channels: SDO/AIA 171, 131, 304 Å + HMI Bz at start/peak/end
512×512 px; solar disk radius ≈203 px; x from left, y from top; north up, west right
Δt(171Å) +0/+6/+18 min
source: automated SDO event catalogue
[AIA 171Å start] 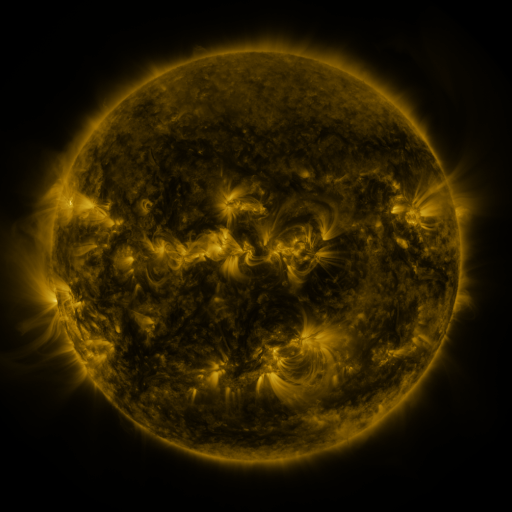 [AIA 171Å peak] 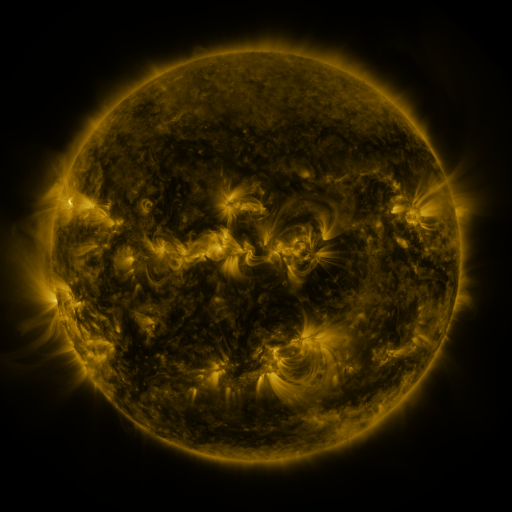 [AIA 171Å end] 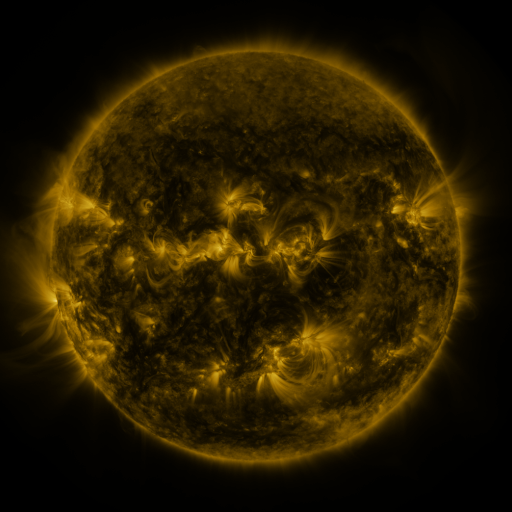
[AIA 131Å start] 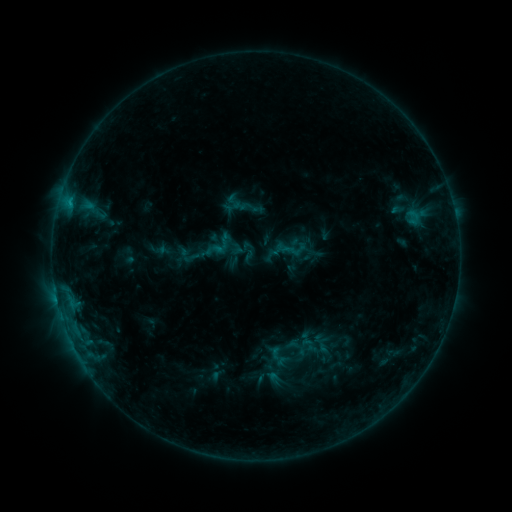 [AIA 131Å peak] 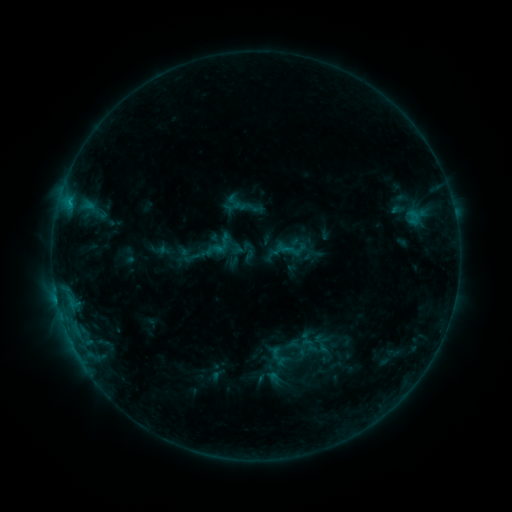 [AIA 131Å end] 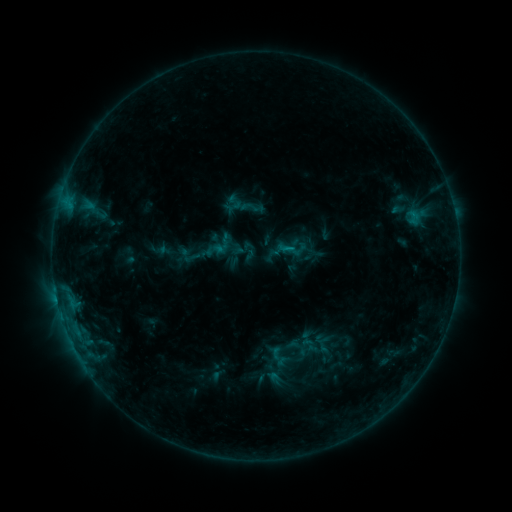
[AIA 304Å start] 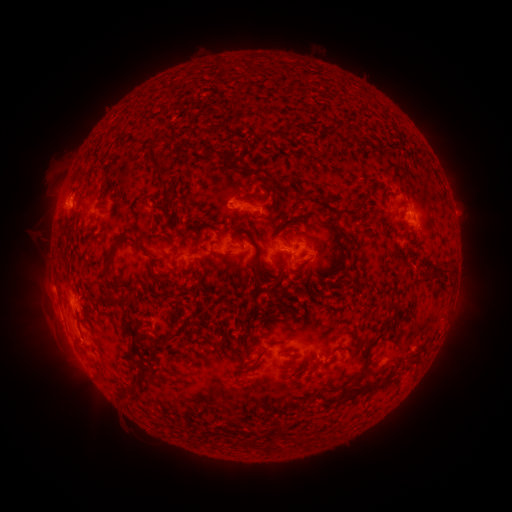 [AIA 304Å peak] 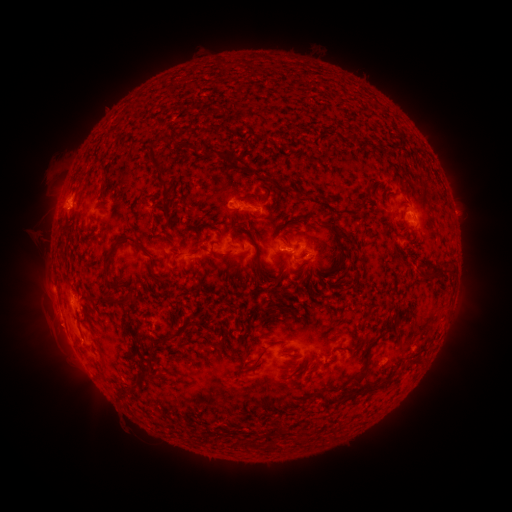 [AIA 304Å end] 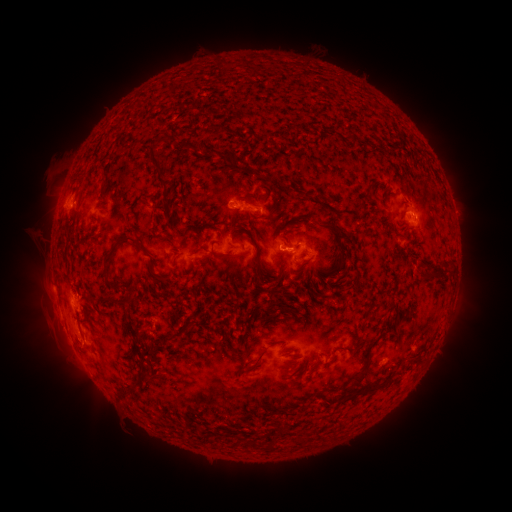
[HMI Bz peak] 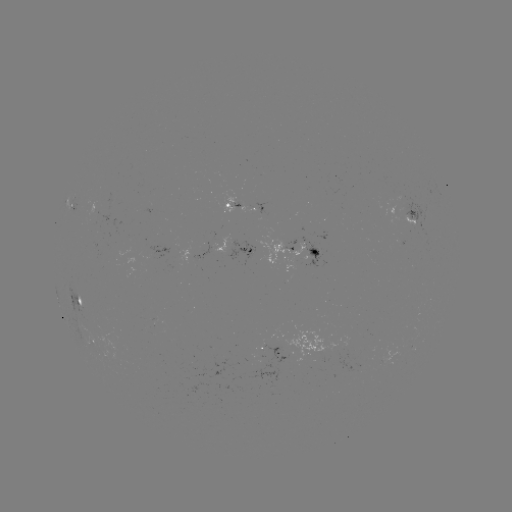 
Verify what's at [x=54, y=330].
eruption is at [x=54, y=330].